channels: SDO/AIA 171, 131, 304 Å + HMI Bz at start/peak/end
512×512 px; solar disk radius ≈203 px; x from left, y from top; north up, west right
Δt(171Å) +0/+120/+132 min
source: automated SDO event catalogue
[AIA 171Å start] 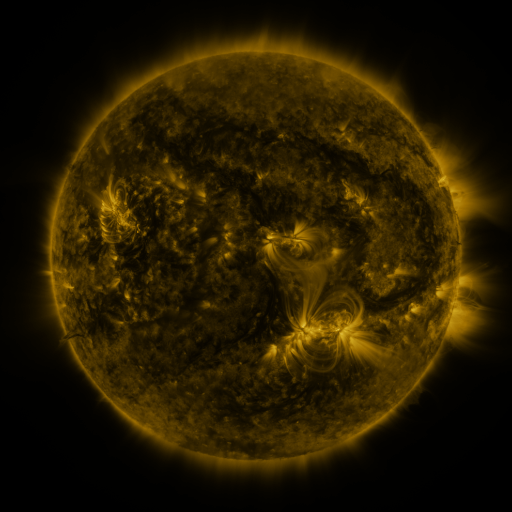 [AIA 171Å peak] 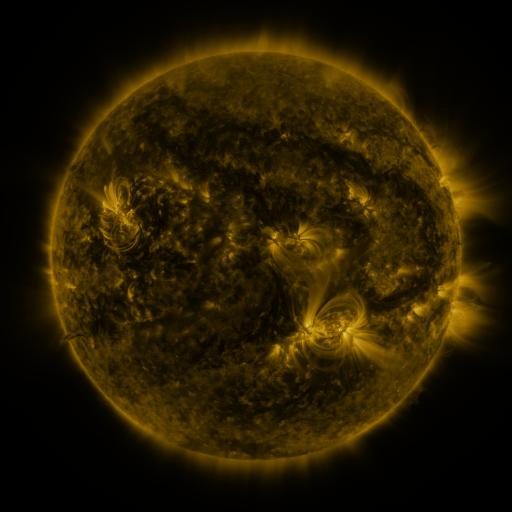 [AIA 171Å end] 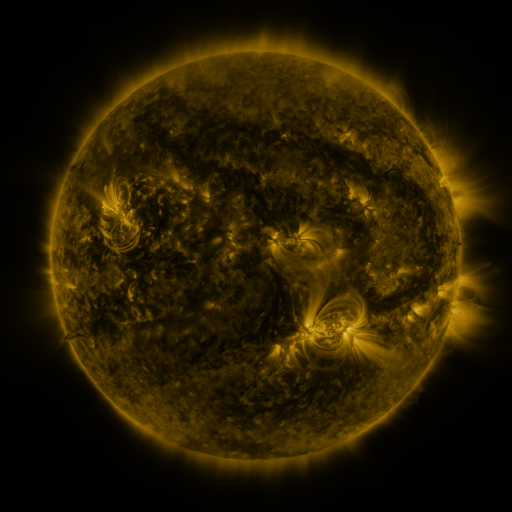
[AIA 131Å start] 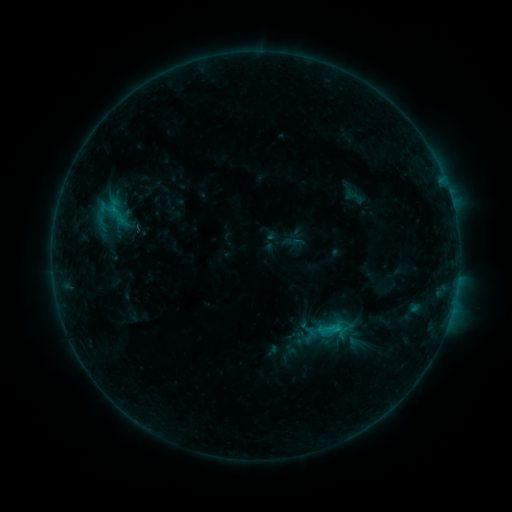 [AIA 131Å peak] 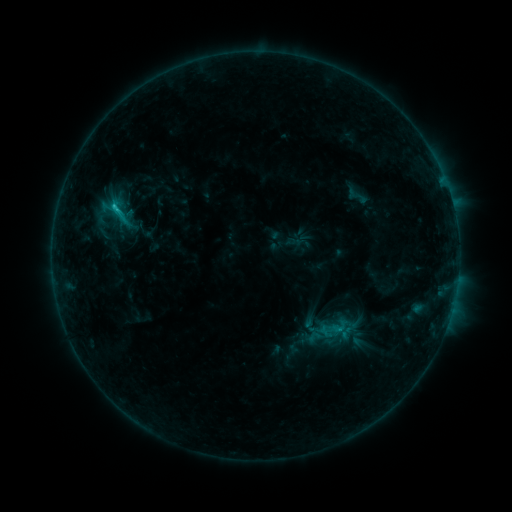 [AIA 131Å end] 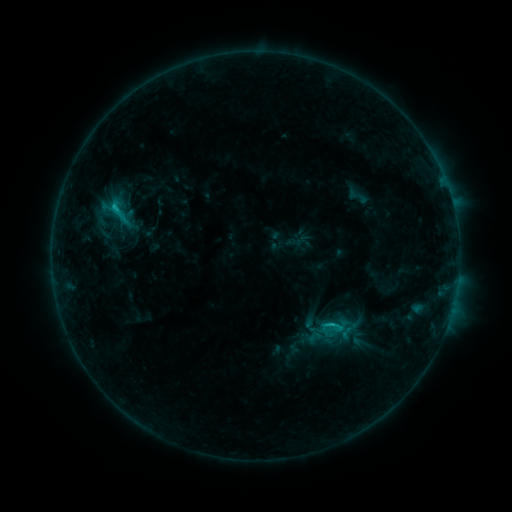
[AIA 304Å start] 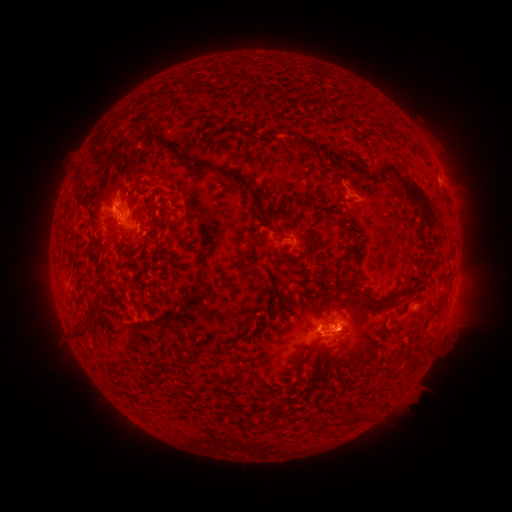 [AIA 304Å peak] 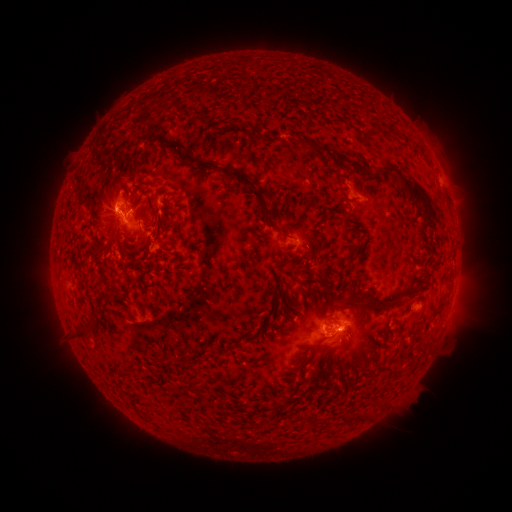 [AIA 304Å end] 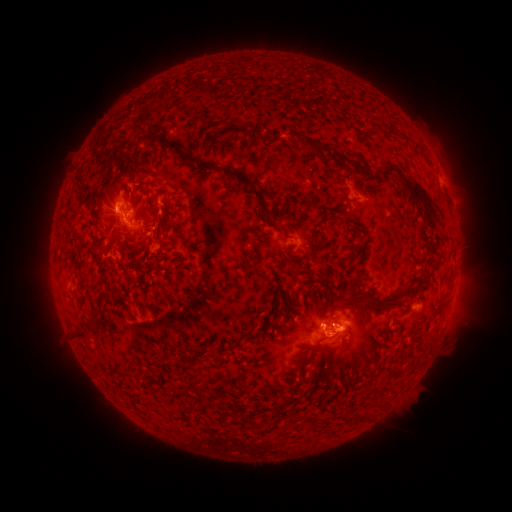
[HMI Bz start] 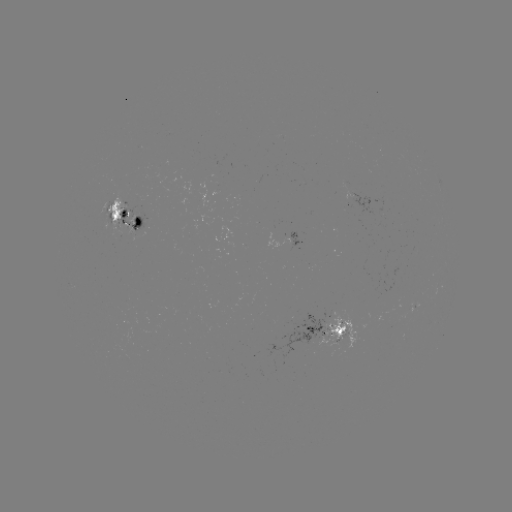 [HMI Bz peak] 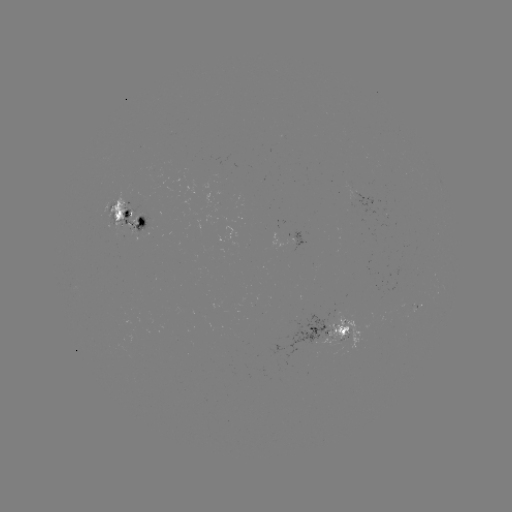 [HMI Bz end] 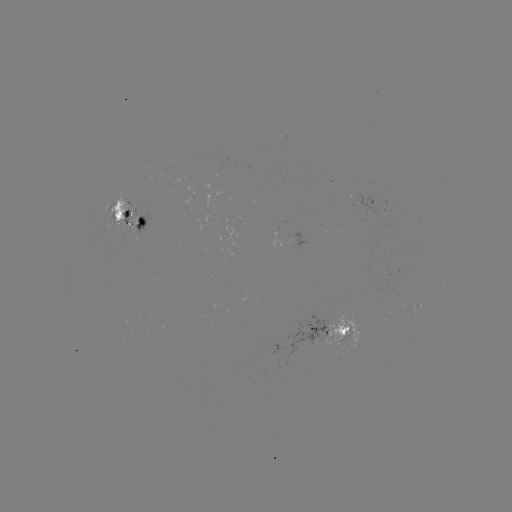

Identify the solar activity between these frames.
emerging-flux region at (109, 213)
